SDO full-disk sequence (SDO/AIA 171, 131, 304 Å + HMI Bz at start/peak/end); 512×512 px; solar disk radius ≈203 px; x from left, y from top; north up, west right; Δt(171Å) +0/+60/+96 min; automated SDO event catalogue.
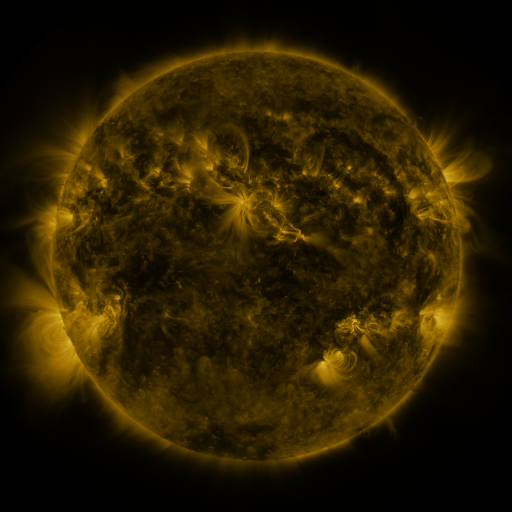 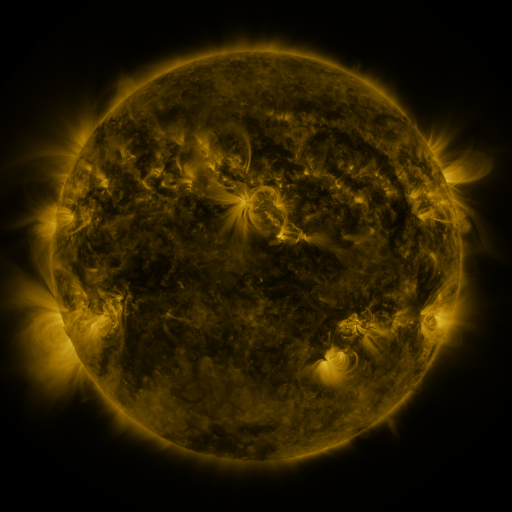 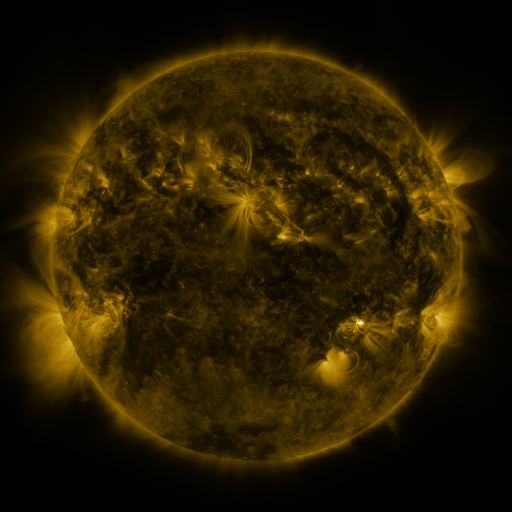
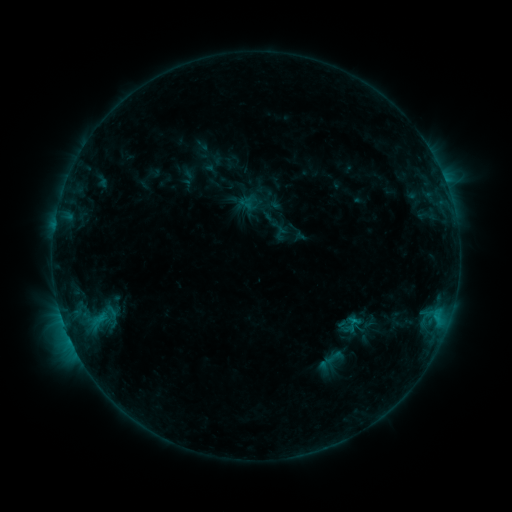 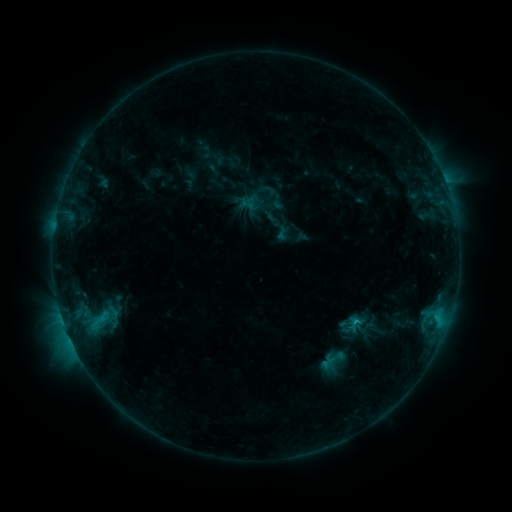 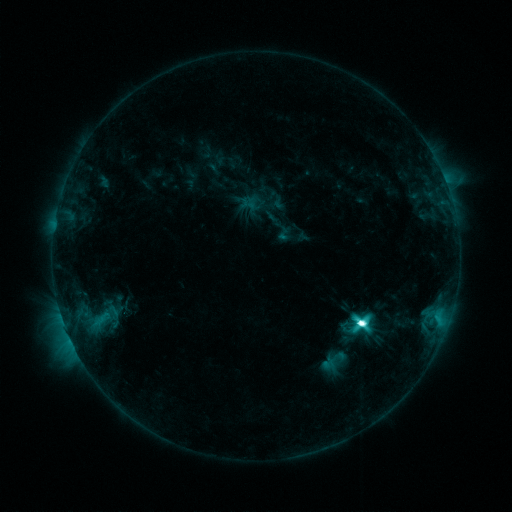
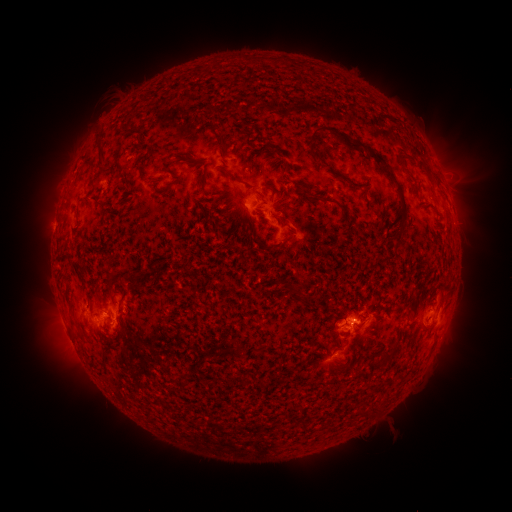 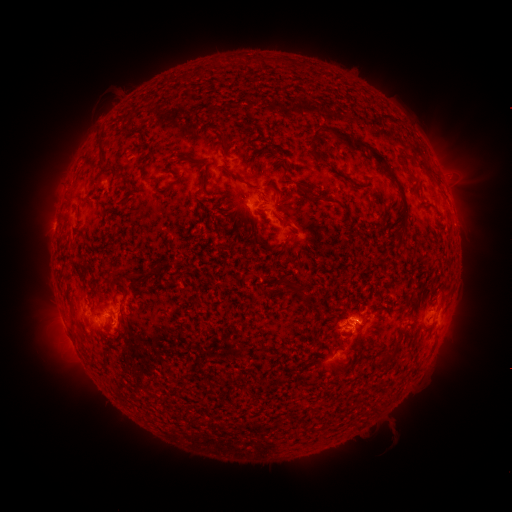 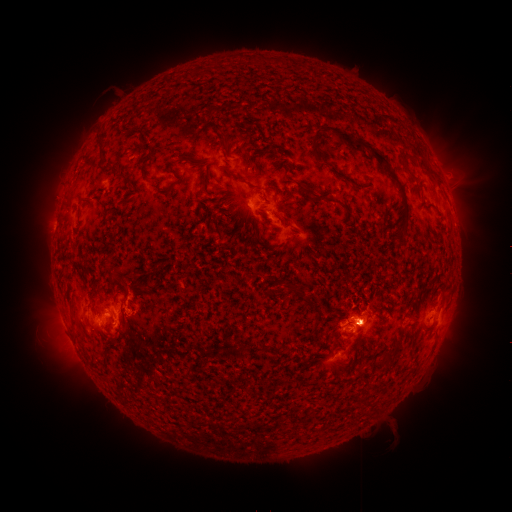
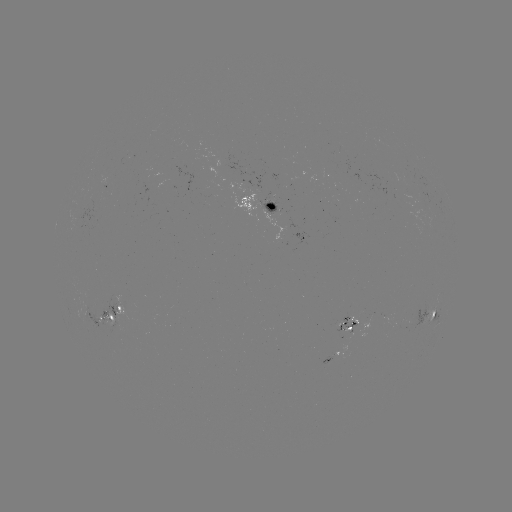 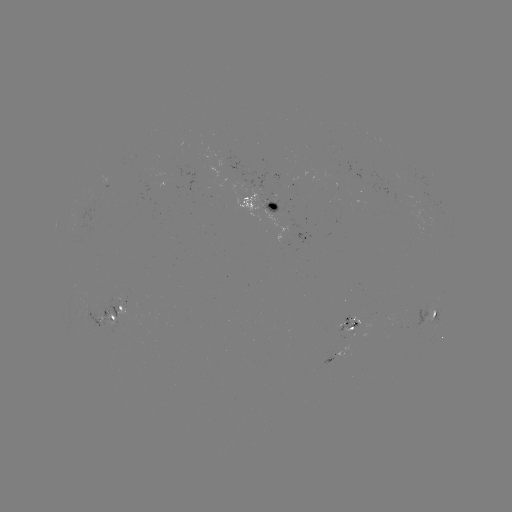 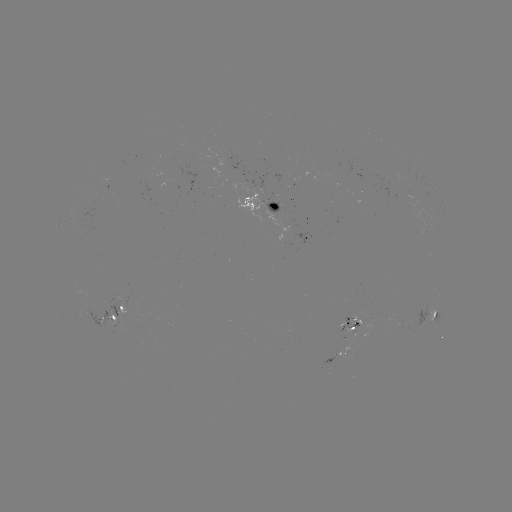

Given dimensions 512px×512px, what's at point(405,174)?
emerging-flux region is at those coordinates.